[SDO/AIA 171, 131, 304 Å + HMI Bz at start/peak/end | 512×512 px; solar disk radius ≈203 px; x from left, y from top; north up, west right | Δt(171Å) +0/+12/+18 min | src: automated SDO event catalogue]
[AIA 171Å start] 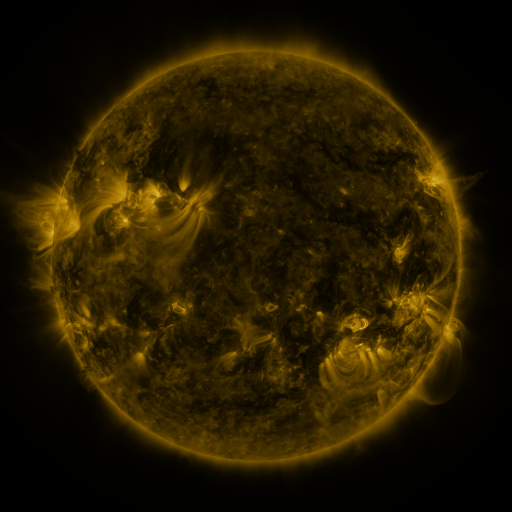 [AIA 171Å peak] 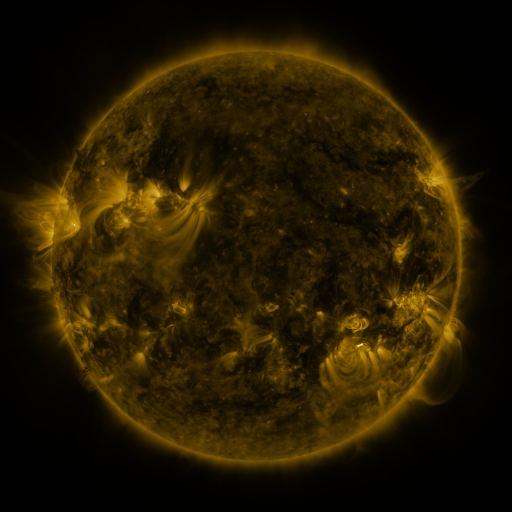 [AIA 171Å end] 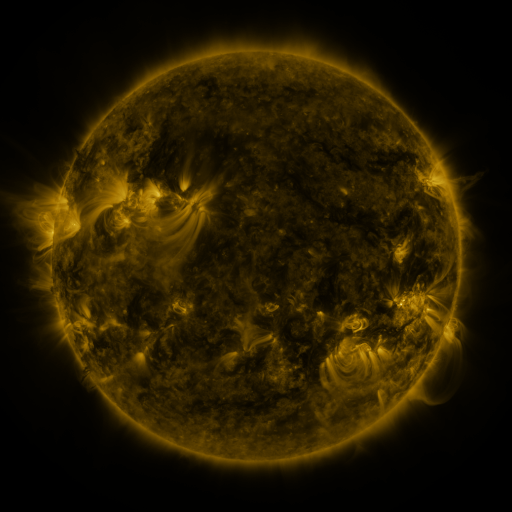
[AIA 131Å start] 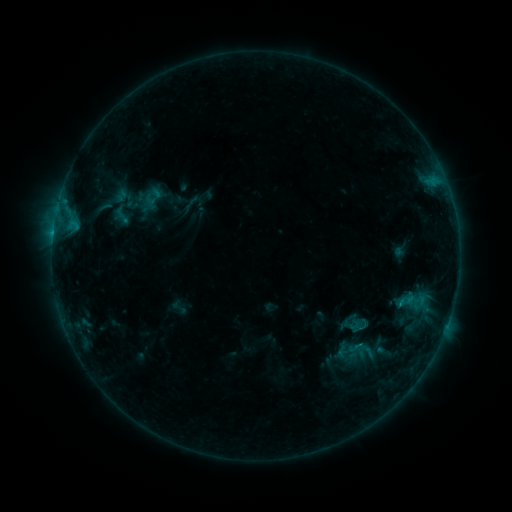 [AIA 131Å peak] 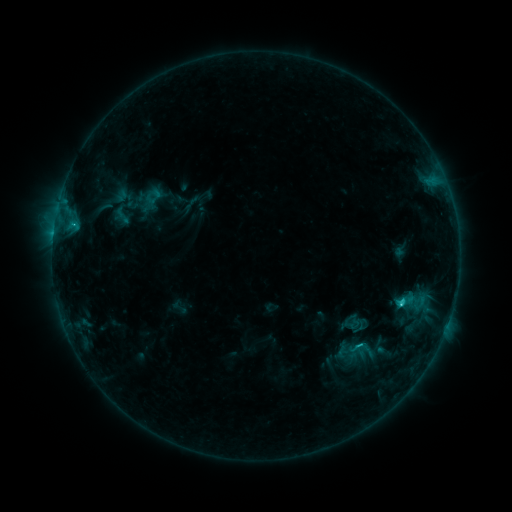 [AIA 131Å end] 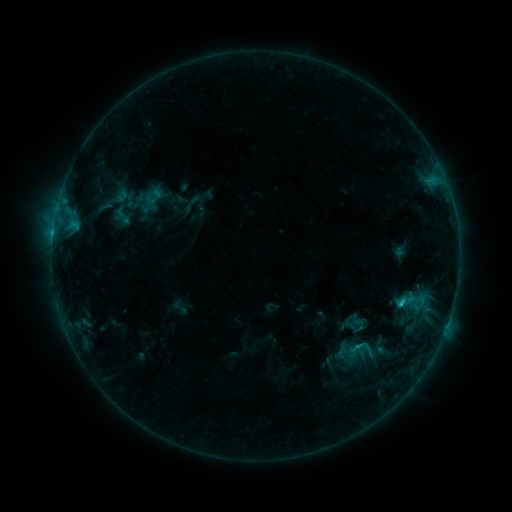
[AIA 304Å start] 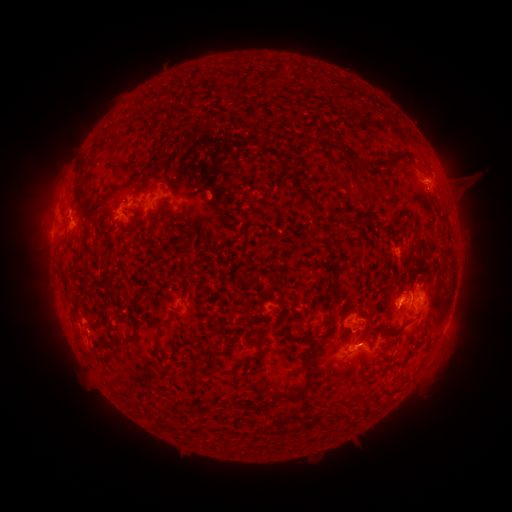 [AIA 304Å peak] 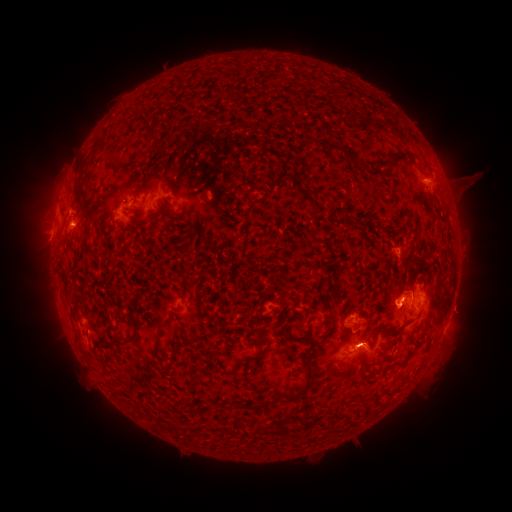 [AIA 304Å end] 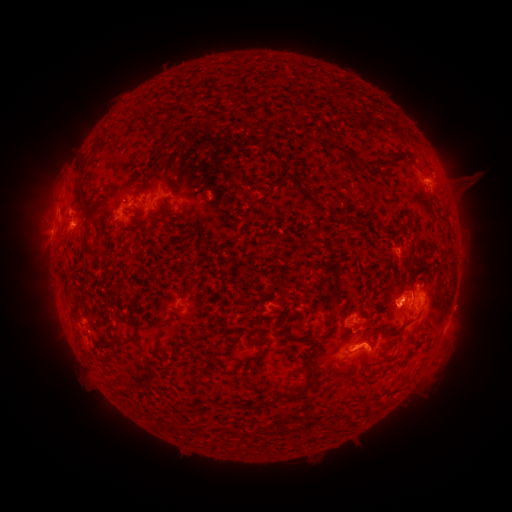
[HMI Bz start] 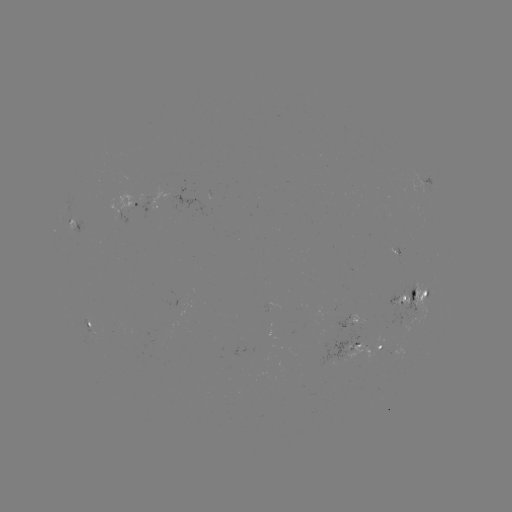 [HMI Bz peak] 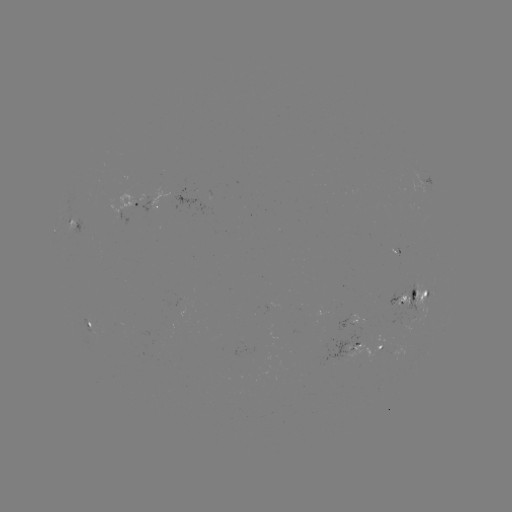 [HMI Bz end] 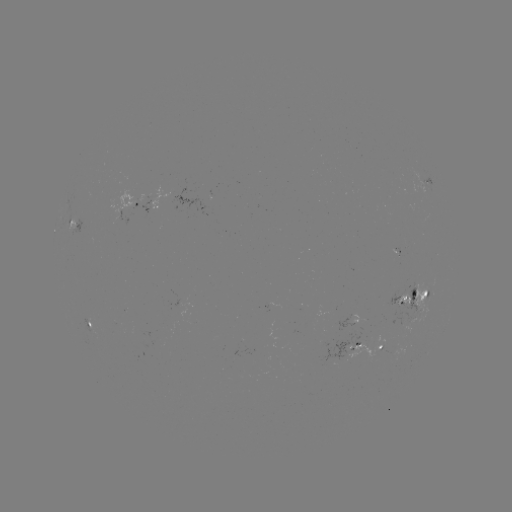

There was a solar flare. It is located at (400, 301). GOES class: C1.6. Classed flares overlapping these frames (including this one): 1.